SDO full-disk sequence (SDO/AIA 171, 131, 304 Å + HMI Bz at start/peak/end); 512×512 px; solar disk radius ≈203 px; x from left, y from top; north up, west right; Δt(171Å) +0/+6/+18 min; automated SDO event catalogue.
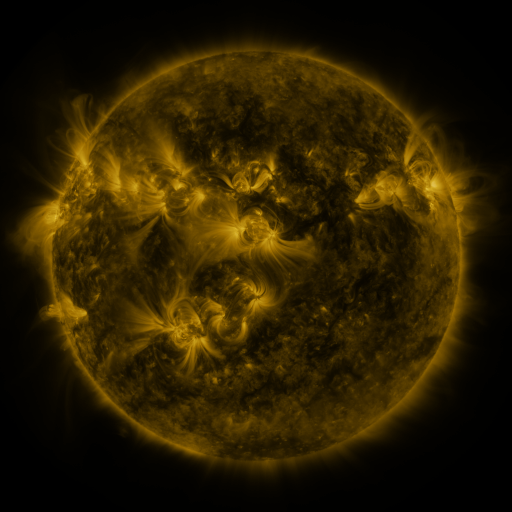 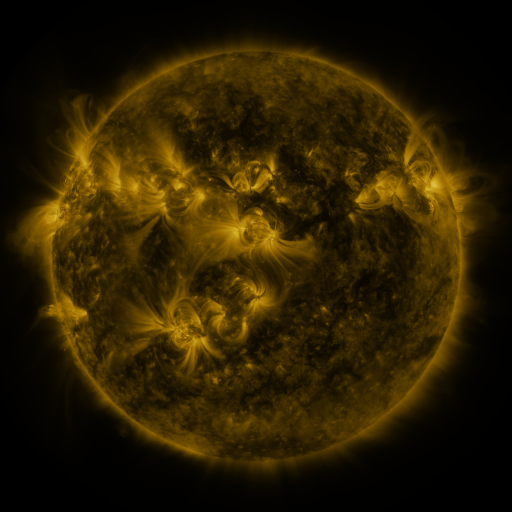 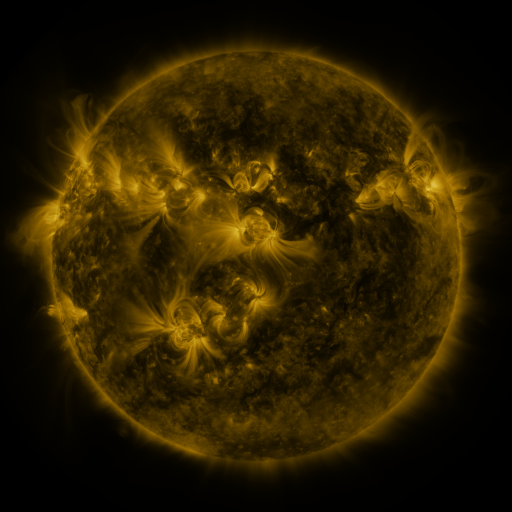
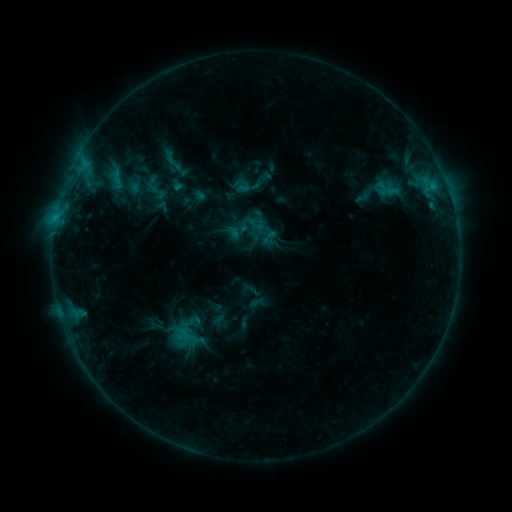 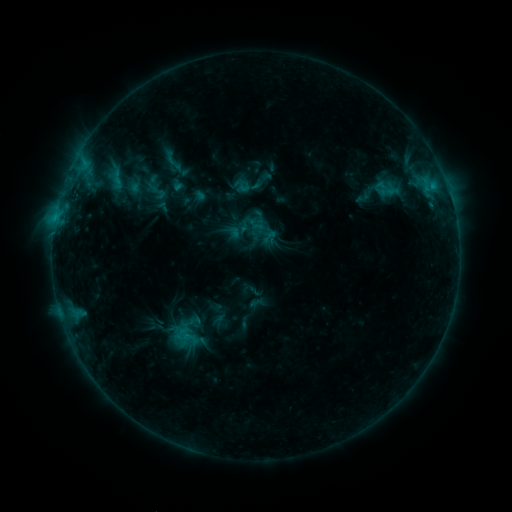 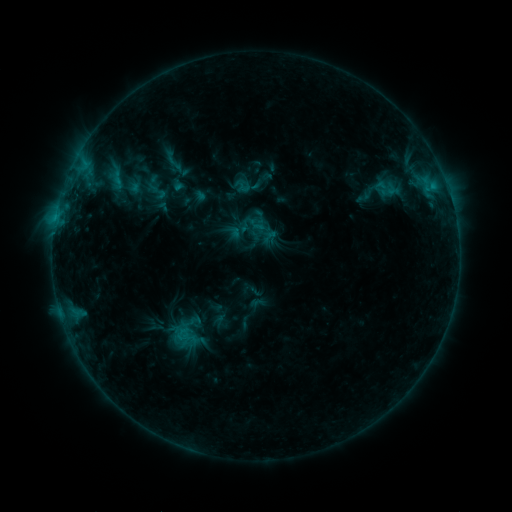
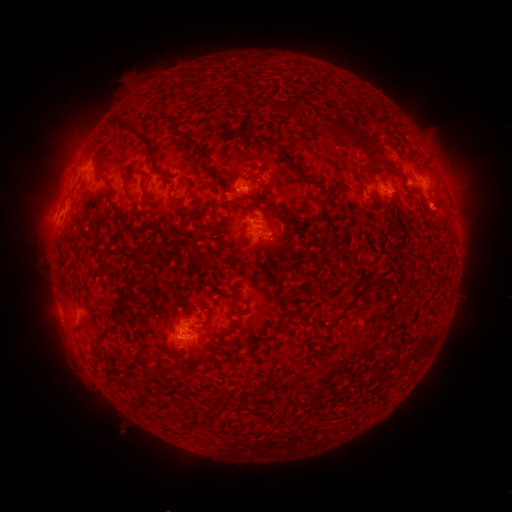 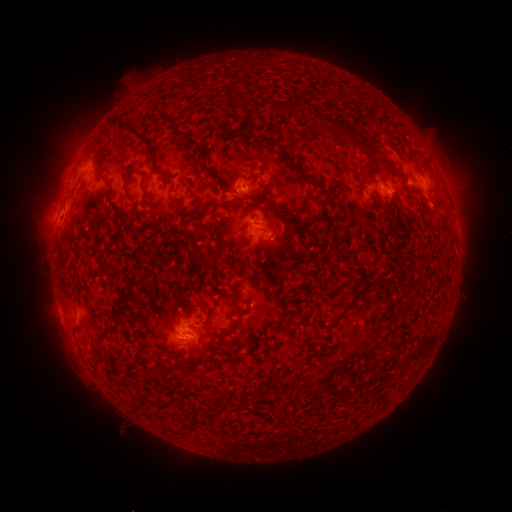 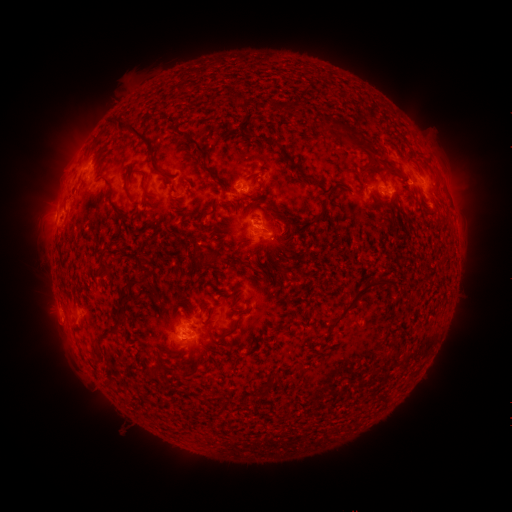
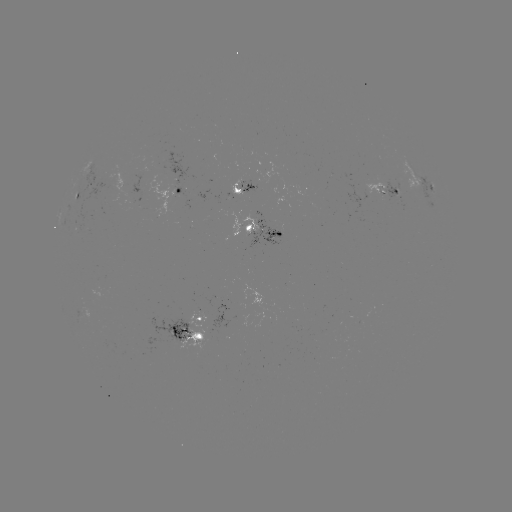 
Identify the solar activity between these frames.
eruption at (56, 187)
